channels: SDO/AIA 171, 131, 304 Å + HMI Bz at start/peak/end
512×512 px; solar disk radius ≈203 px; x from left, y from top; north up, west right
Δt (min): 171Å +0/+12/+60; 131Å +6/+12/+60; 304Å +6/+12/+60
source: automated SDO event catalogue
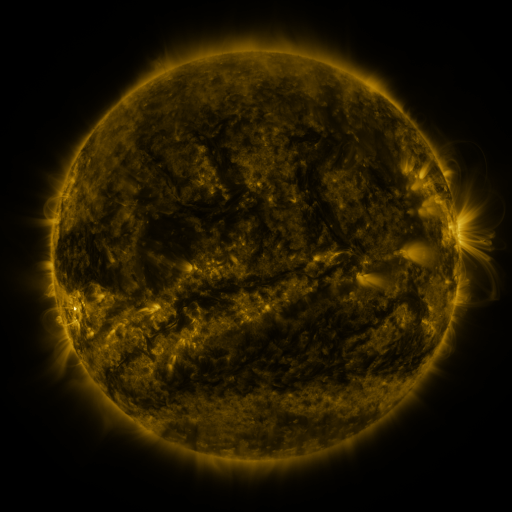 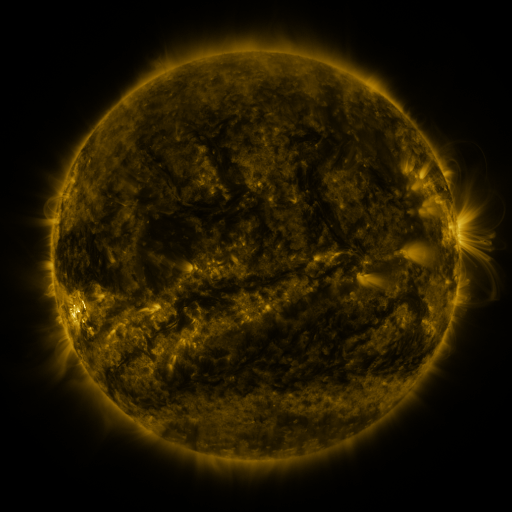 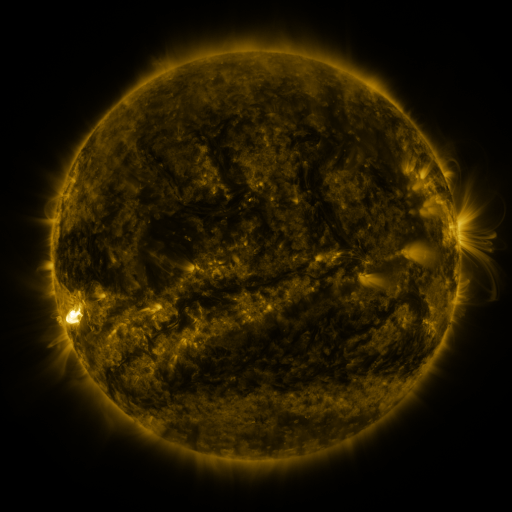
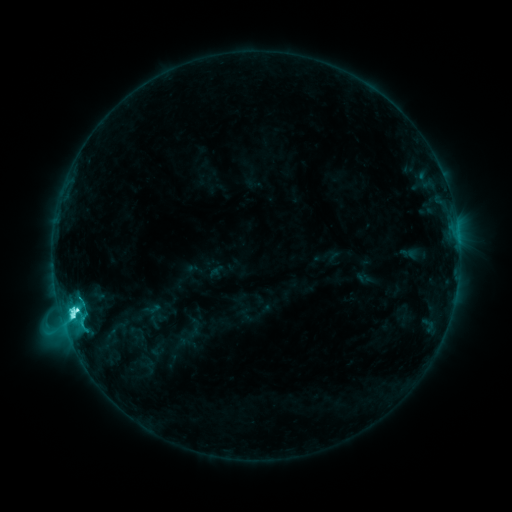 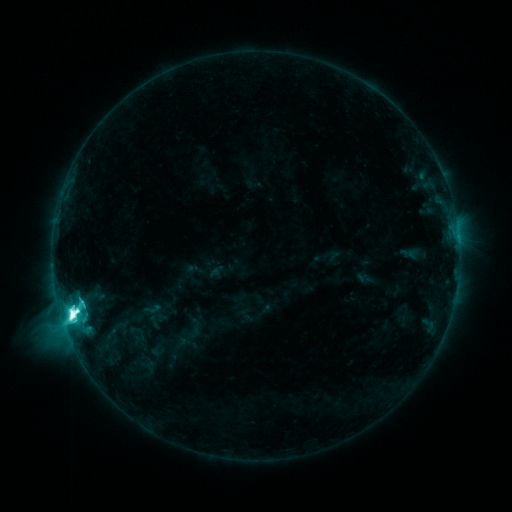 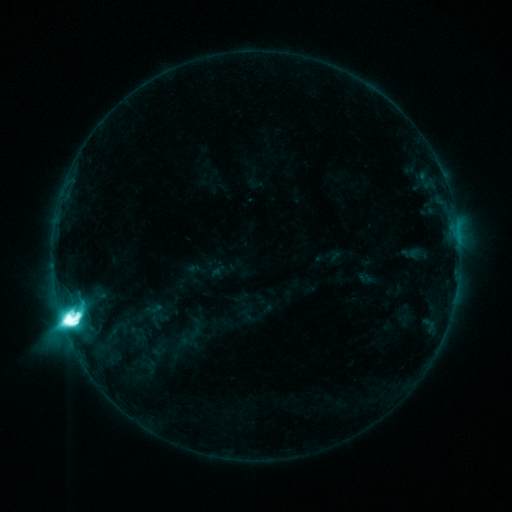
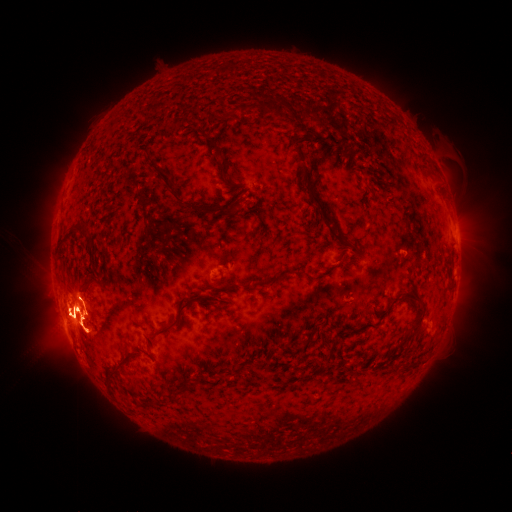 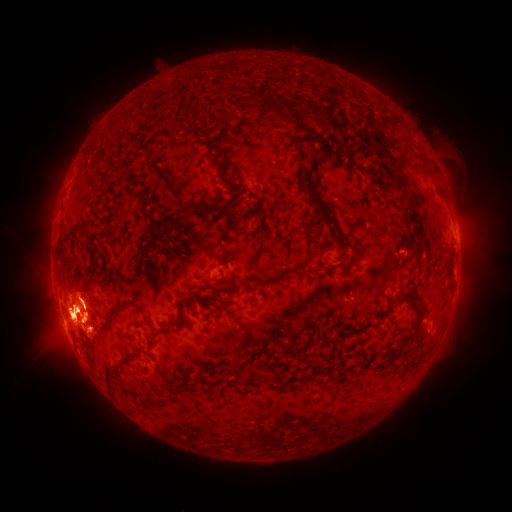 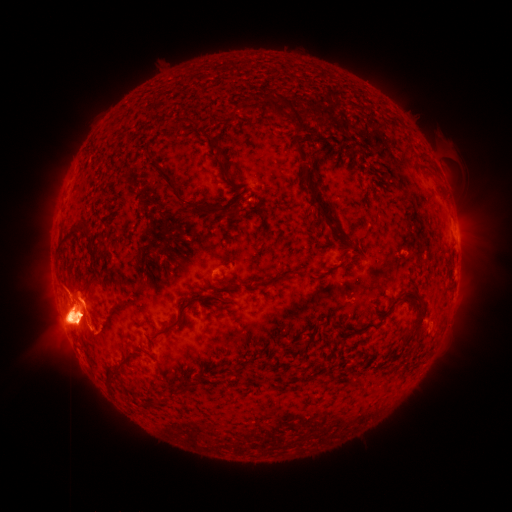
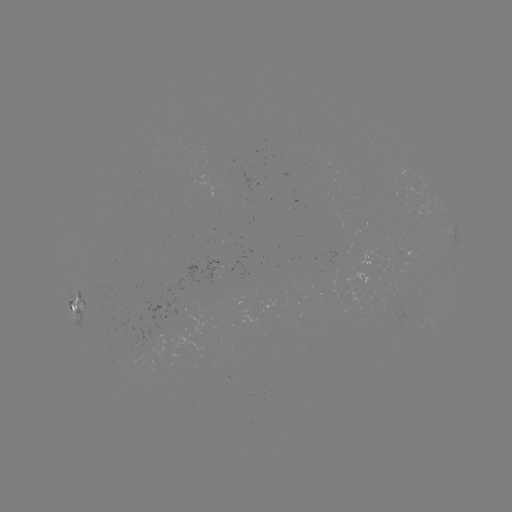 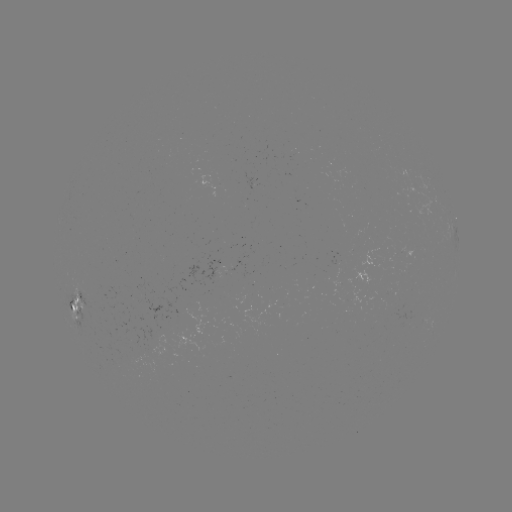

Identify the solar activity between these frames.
M9.2 flare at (73, 314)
